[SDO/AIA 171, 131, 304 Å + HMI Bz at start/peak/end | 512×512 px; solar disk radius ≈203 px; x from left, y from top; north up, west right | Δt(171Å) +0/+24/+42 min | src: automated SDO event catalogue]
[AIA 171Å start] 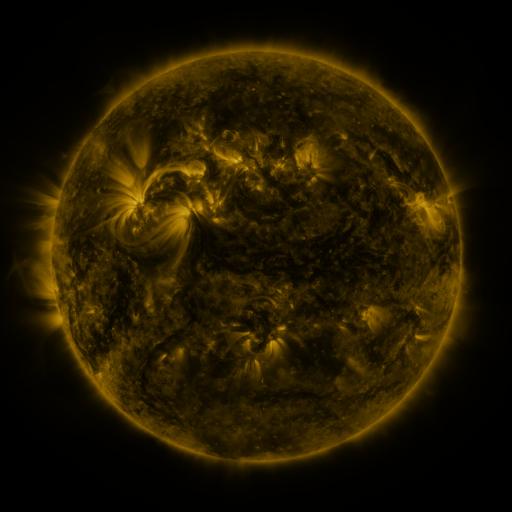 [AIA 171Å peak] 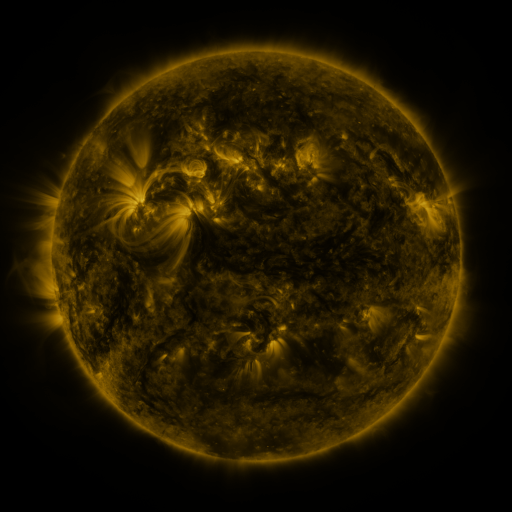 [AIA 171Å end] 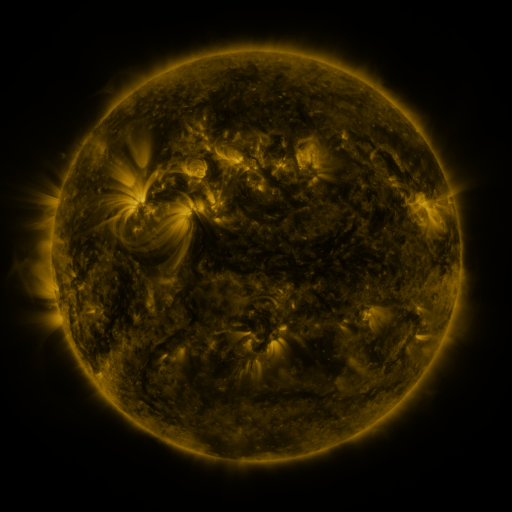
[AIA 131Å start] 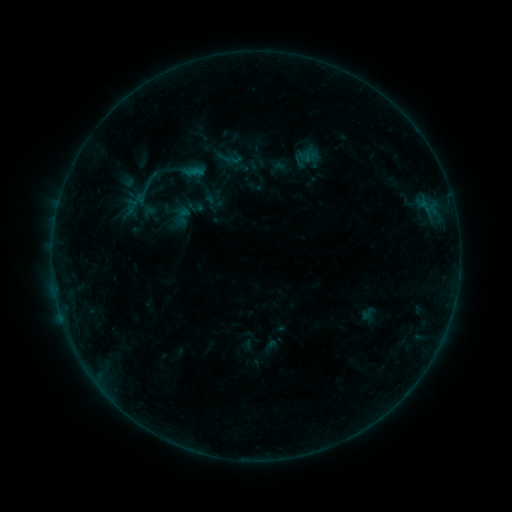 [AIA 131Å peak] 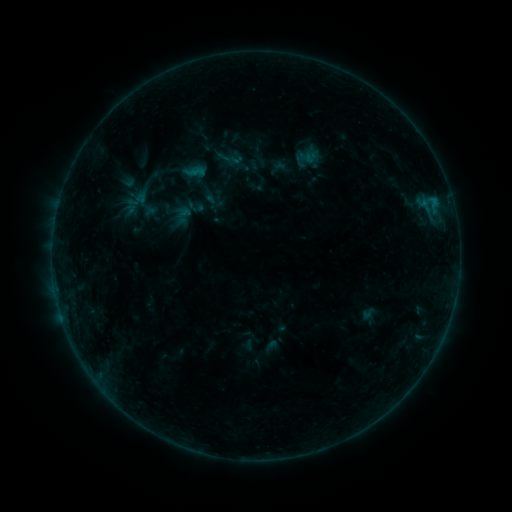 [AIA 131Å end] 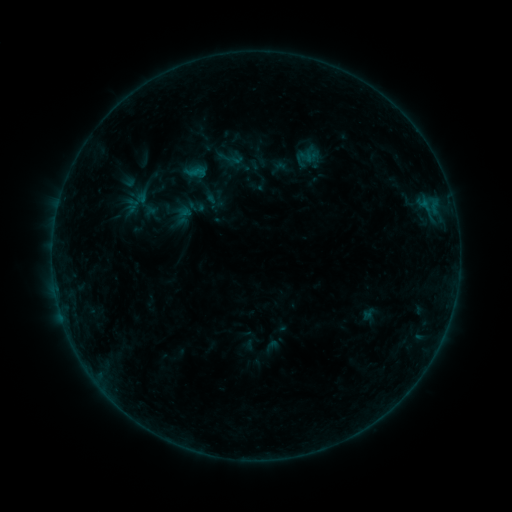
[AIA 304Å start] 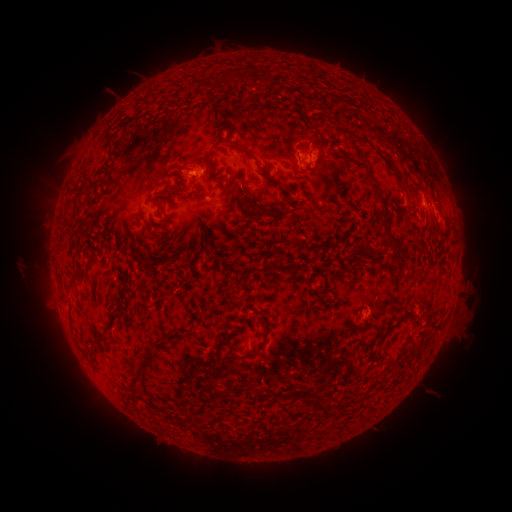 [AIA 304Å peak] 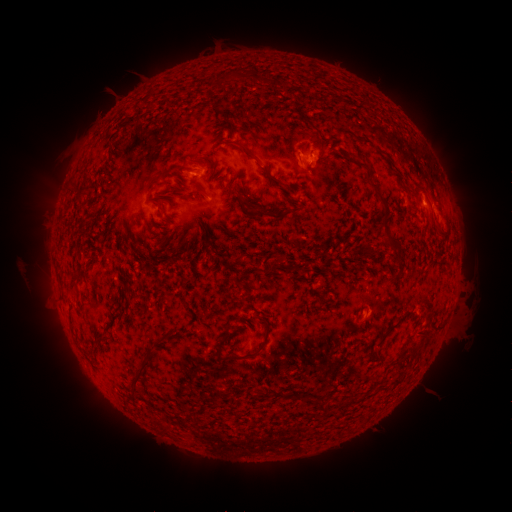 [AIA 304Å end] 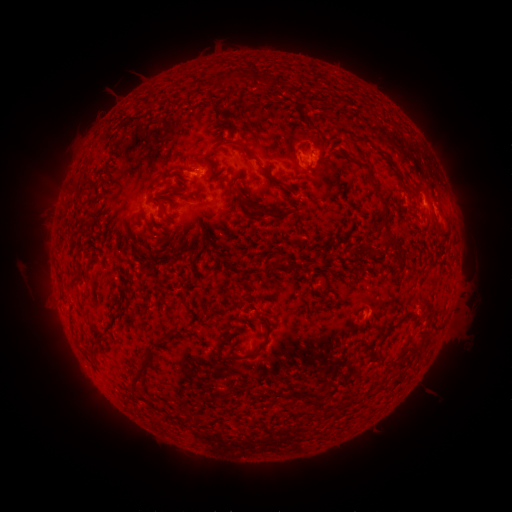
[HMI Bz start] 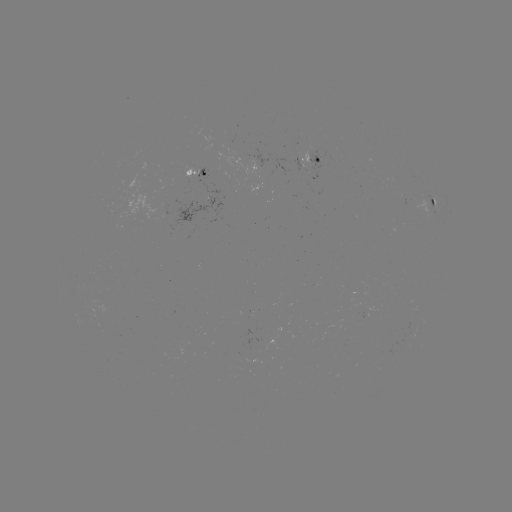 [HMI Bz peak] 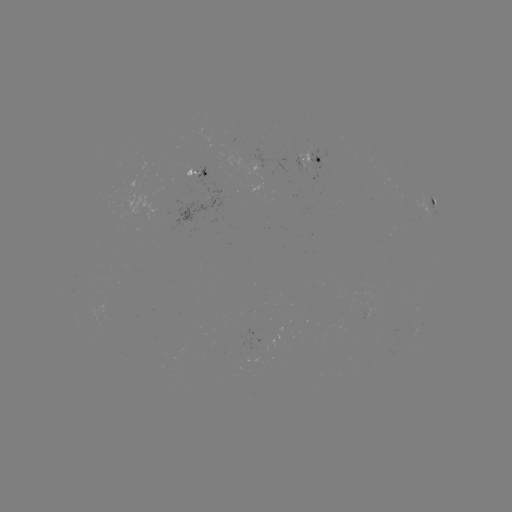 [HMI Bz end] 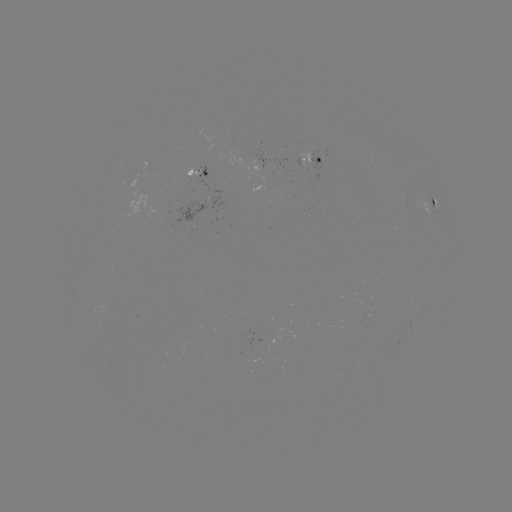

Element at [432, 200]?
B4.5 flare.